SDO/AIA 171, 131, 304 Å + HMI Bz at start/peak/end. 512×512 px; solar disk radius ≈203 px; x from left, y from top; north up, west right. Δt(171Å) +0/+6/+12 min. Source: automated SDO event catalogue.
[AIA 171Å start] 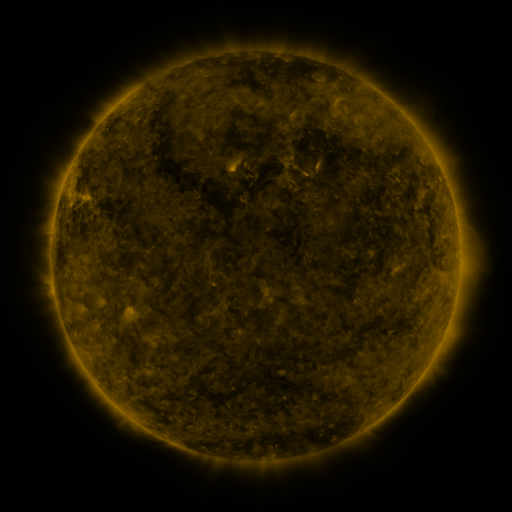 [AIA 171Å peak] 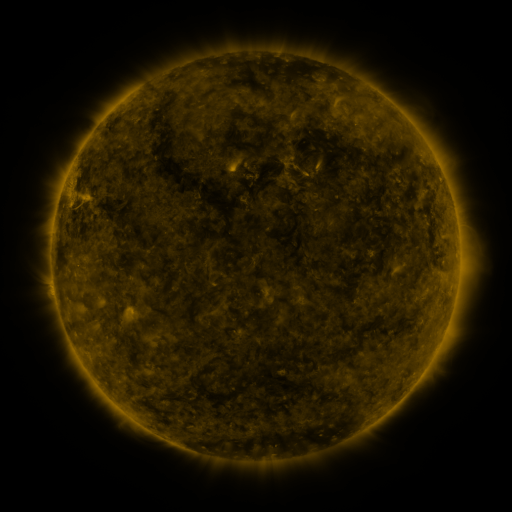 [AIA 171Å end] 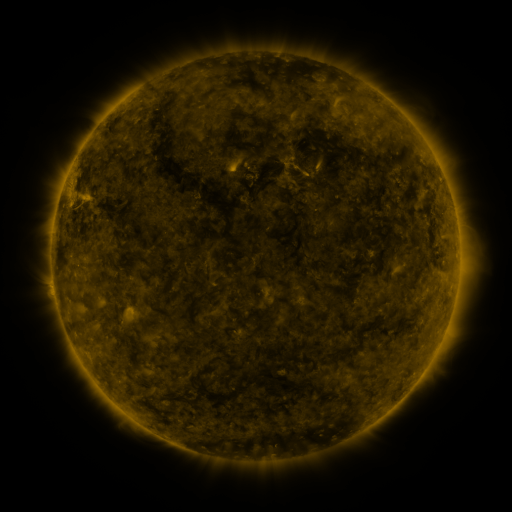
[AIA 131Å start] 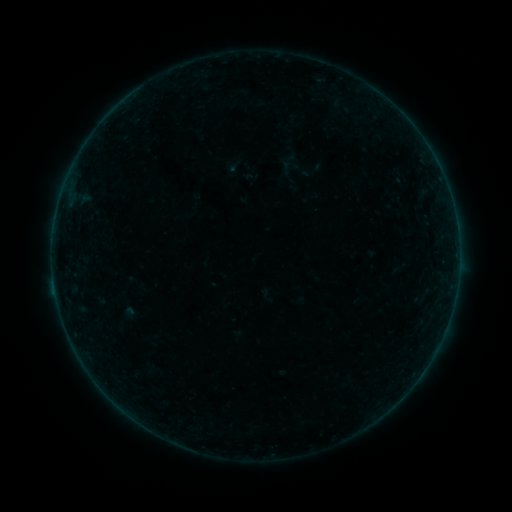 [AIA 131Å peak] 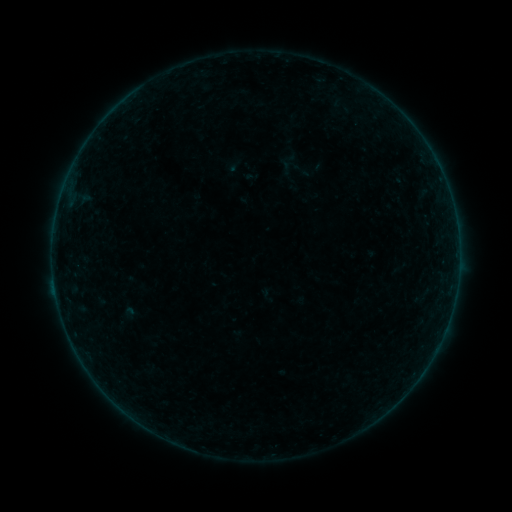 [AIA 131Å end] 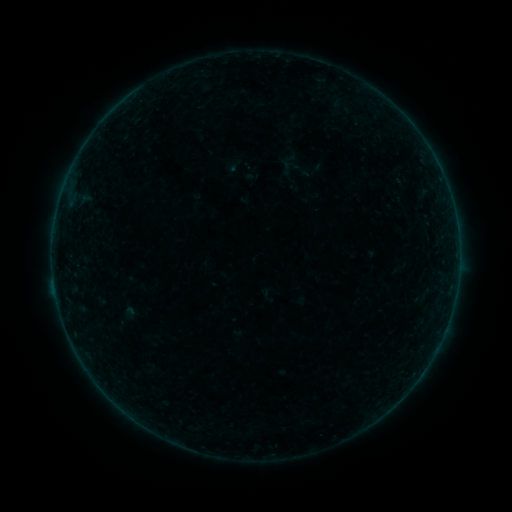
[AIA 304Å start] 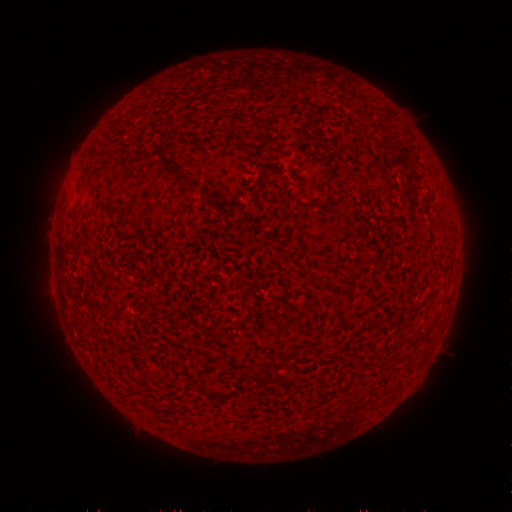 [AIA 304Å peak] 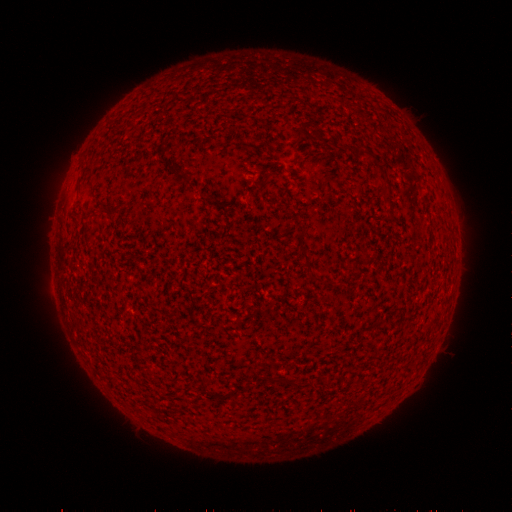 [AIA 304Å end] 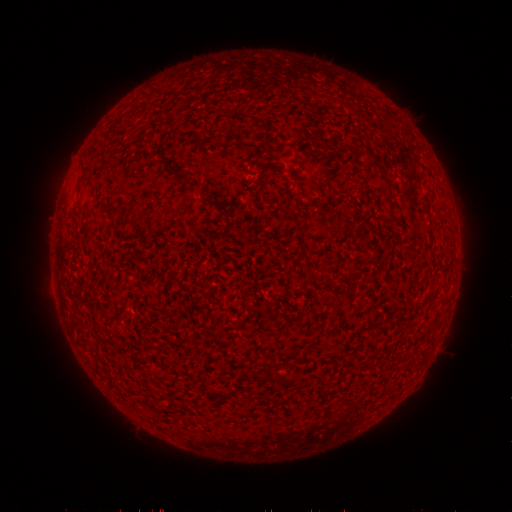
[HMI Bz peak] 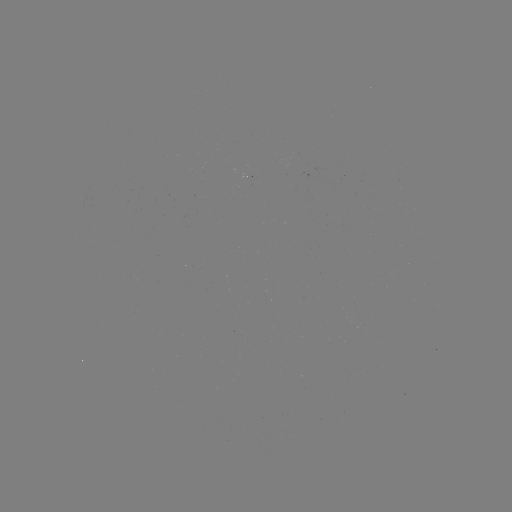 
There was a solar flare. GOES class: B1.8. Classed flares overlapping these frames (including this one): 1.